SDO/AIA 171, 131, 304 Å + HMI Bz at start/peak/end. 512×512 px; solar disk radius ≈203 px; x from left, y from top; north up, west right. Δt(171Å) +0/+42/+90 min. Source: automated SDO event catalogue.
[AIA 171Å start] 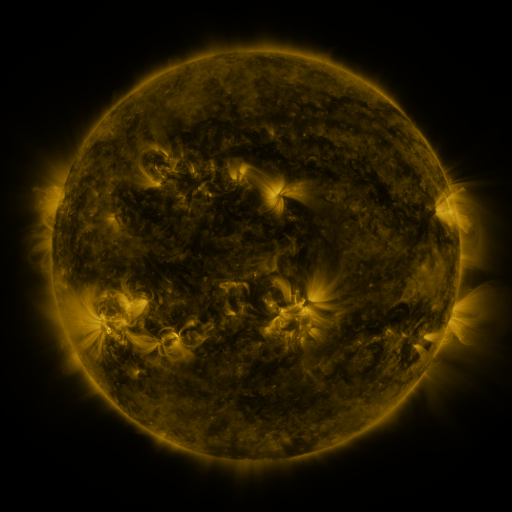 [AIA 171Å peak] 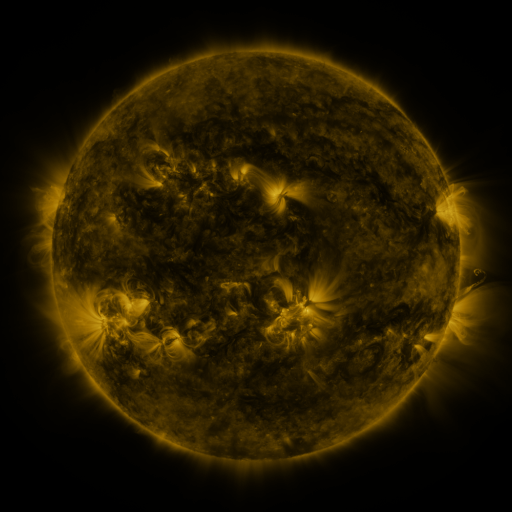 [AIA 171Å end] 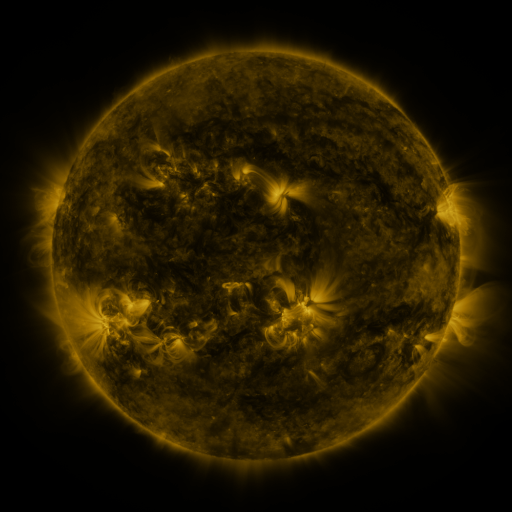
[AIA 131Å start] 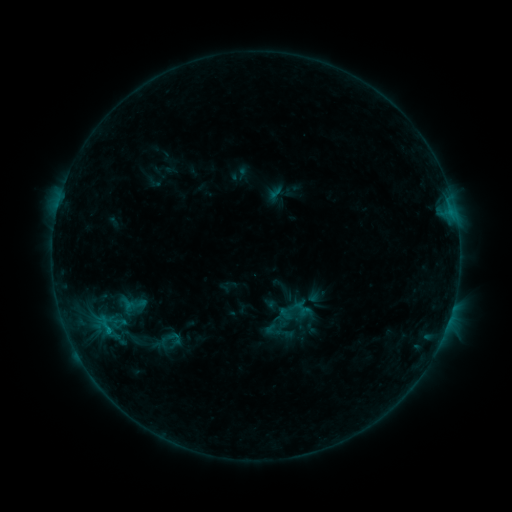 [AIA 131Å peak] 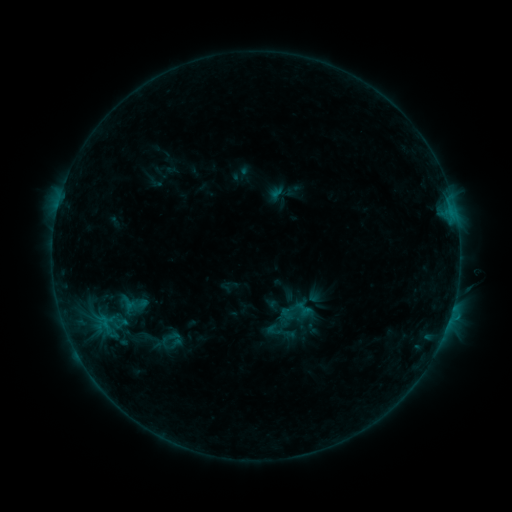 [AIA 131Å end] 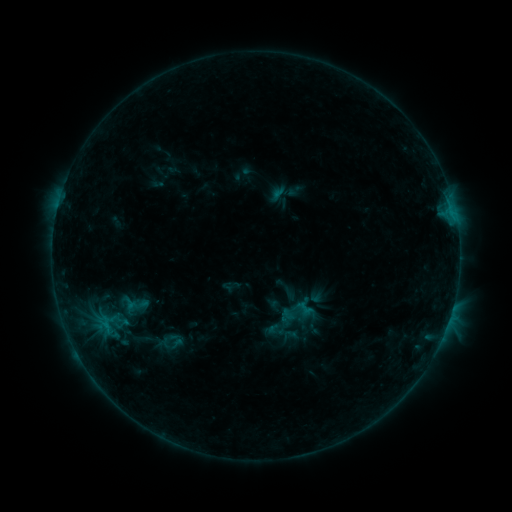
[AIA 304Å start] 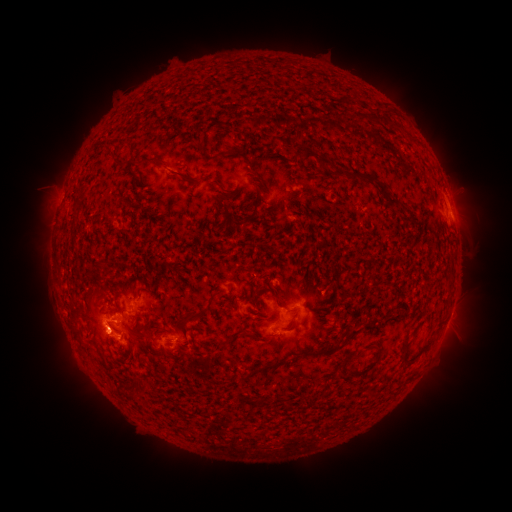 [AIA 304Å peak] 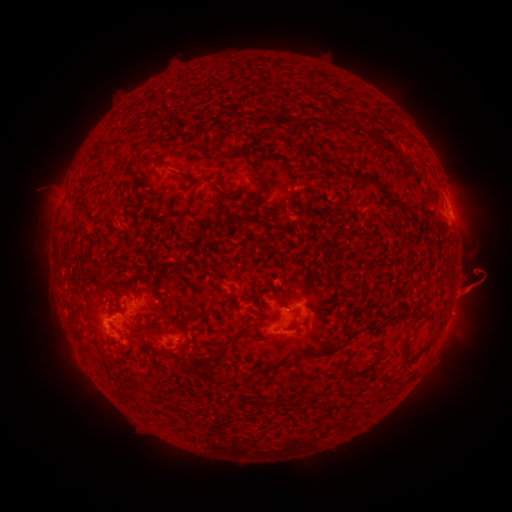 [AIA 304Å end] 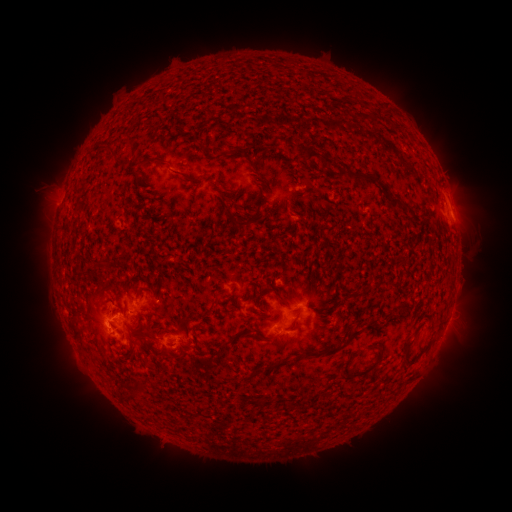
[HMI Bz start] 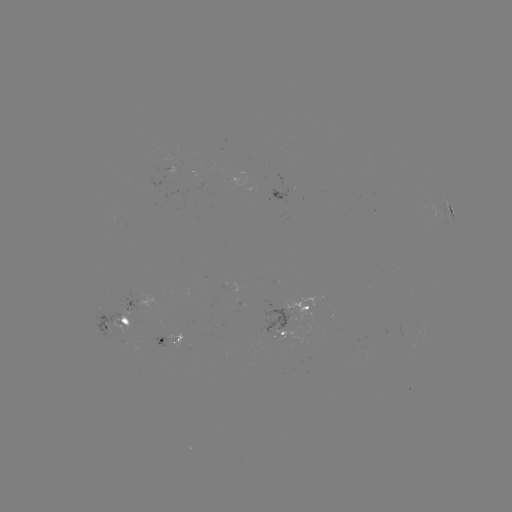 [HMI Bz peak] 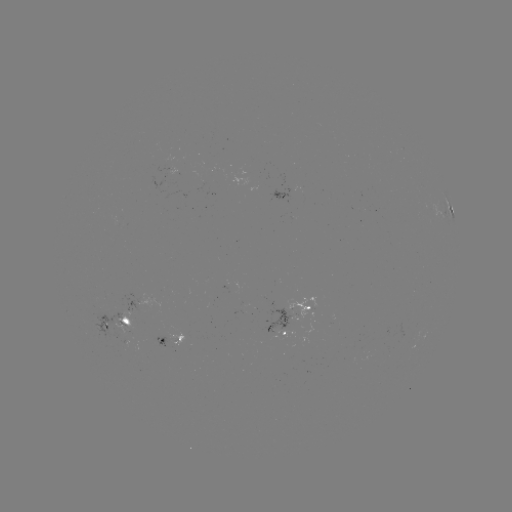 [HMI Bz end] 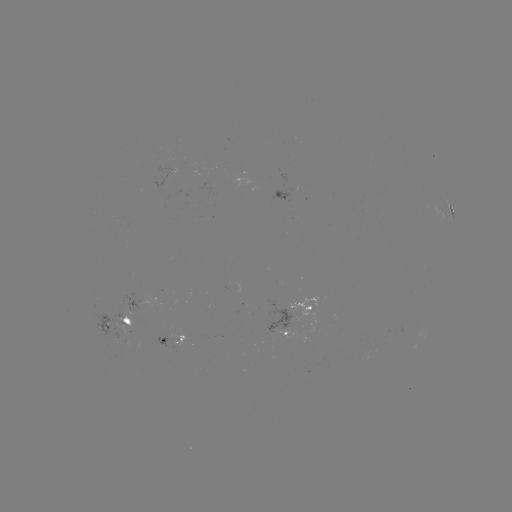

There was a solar filament eruption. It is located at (470, 283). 